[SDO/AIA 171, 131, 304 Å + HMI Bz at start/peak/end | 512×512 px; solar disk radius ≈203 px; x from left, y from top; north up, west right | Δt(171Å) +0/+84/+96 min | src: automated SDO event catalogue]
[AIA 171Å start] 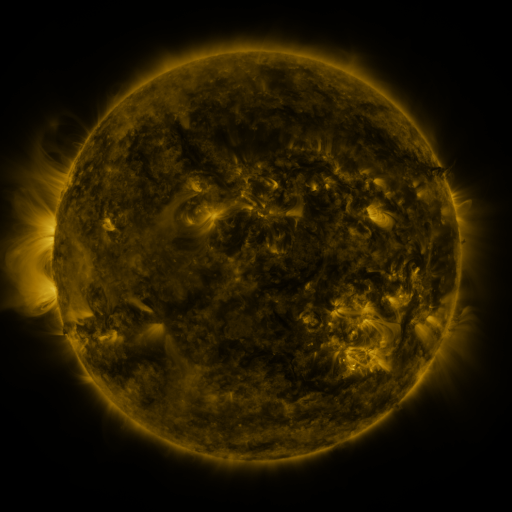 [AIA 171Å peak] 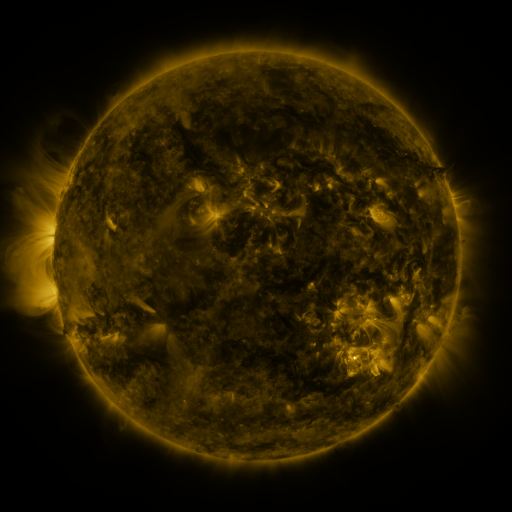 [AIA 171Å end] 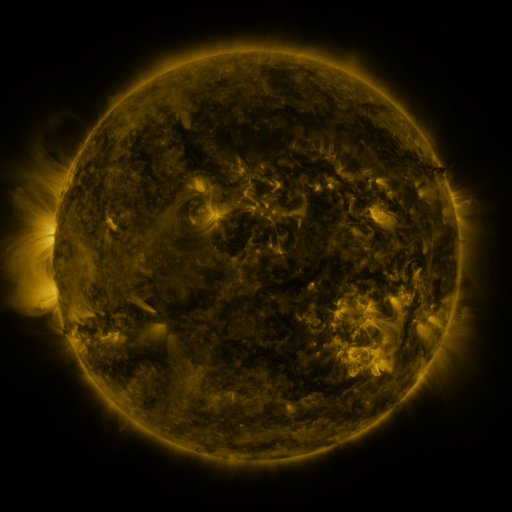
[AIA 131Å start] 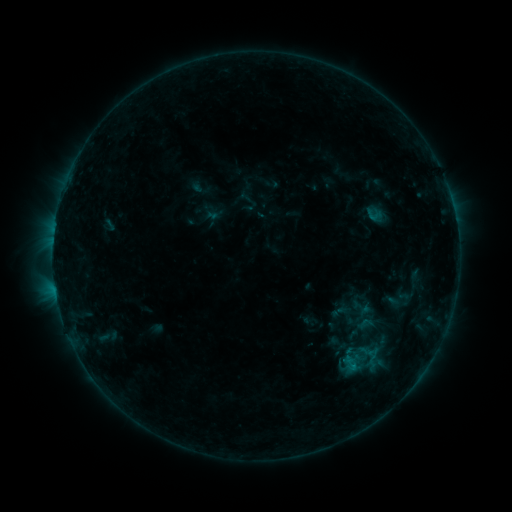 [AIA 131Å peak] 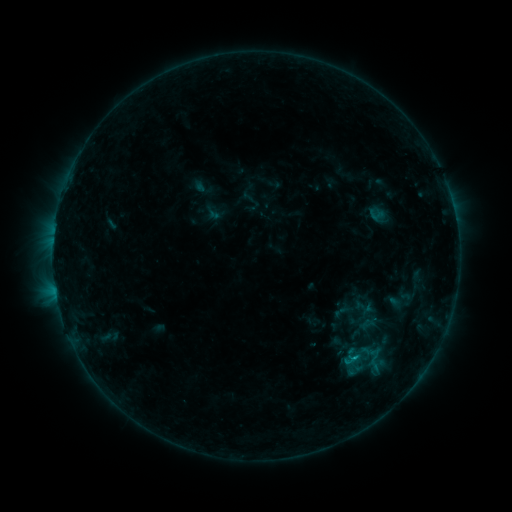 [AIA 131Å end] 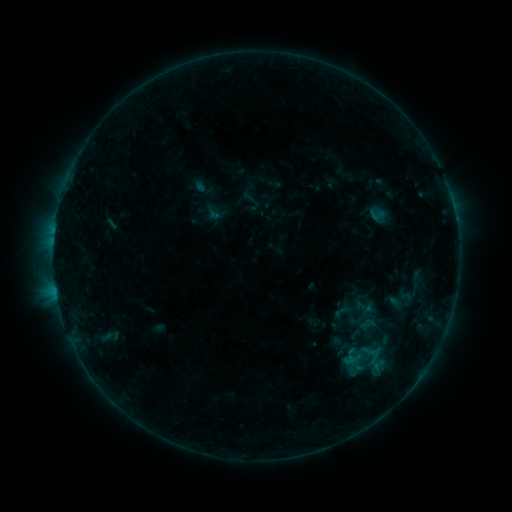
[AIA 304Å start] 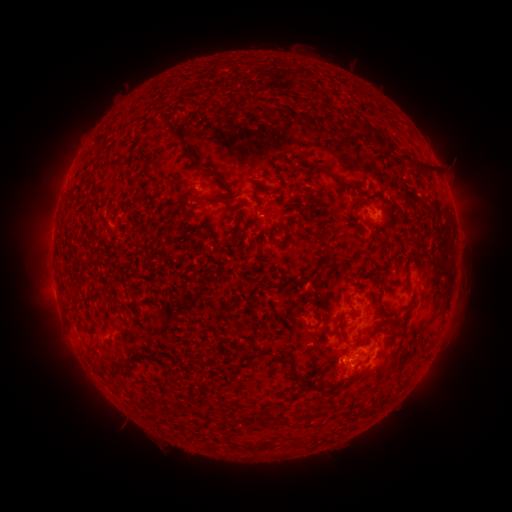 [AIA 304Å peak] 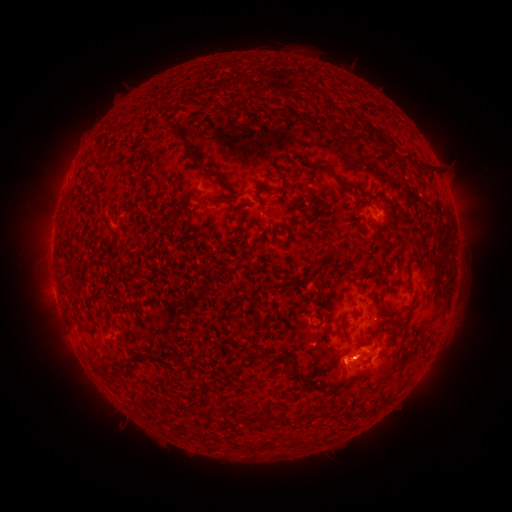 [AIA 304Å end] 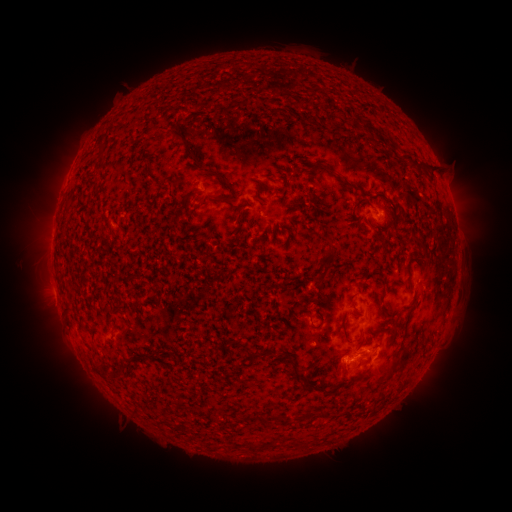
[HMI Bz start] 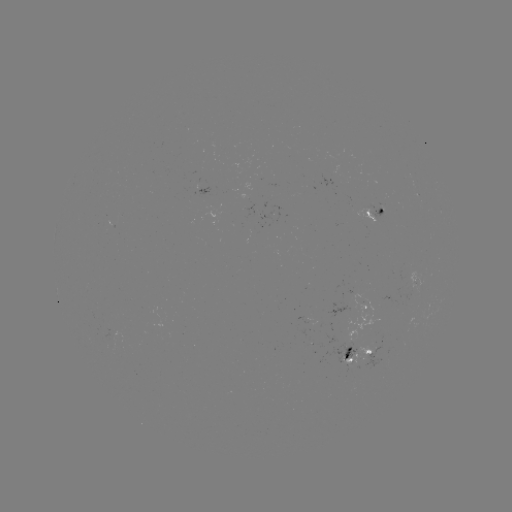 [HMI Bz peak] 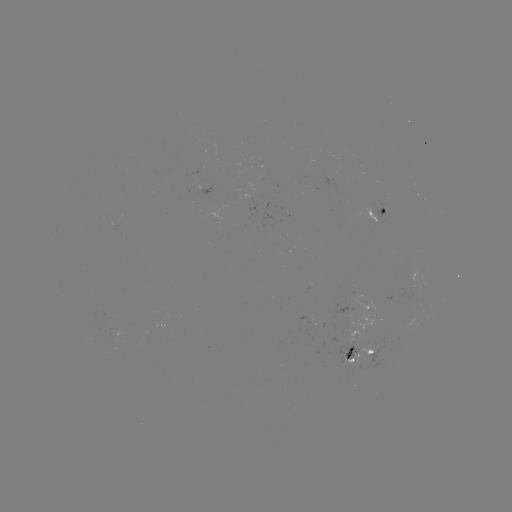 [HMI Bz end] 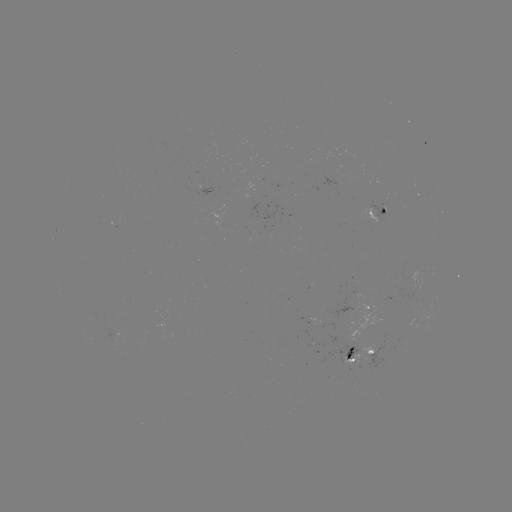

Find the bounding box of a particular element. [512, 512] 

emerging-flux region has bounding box [338, 342, 359, 363].